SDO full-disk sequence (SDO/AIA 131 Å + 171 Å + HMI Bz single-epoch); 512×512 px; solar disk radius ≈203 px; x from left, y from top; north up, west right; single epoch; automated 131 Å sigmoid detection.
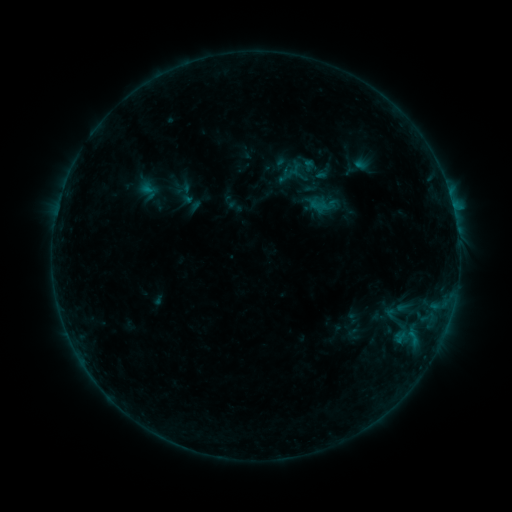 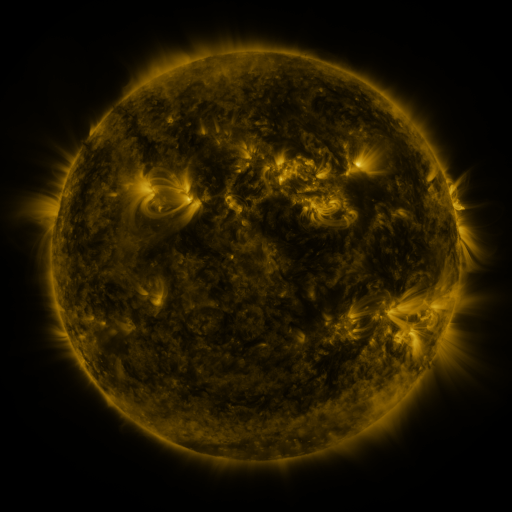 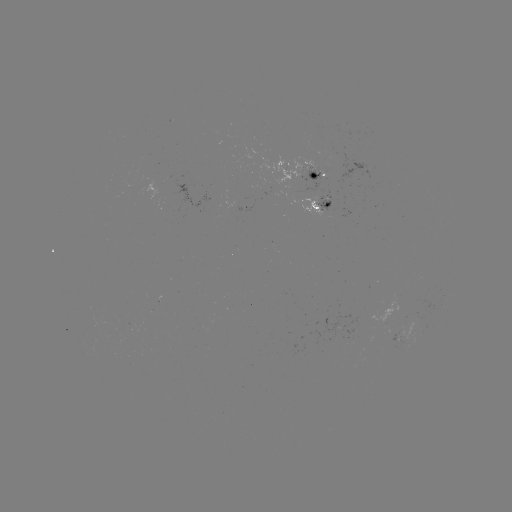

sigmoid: (174, 180, 200, 206)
